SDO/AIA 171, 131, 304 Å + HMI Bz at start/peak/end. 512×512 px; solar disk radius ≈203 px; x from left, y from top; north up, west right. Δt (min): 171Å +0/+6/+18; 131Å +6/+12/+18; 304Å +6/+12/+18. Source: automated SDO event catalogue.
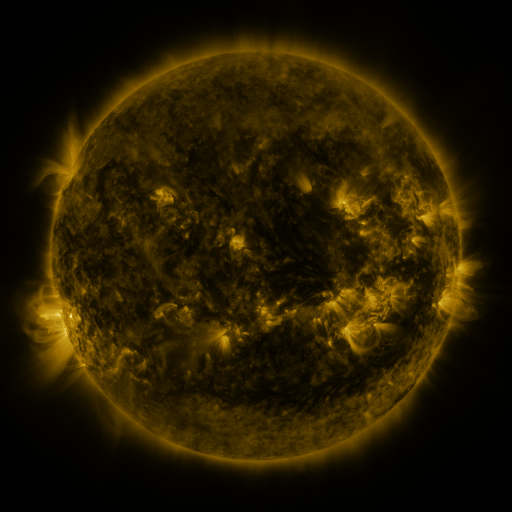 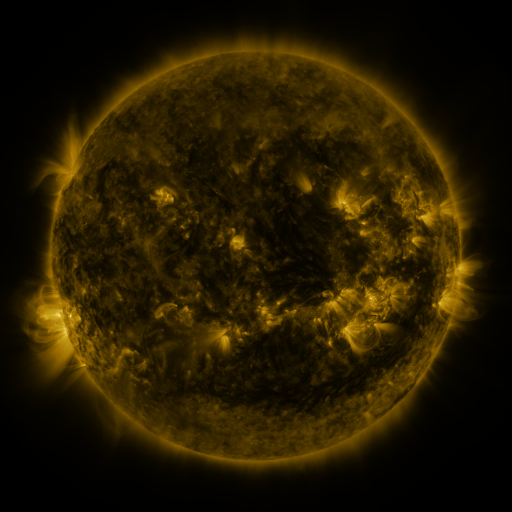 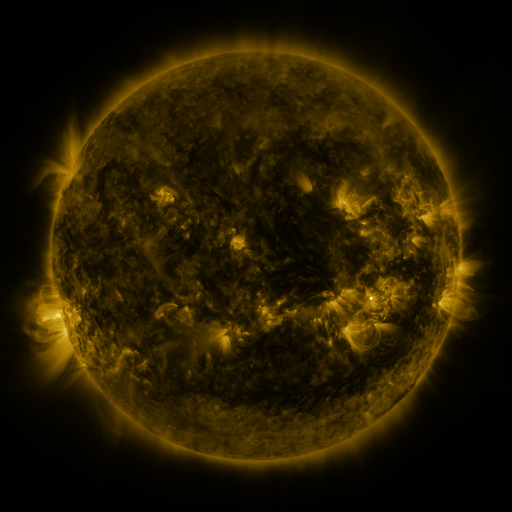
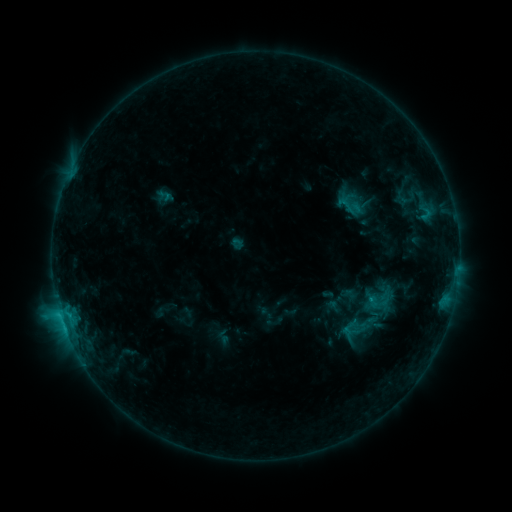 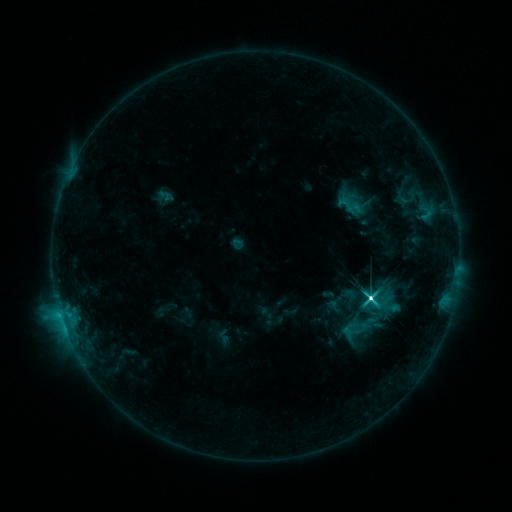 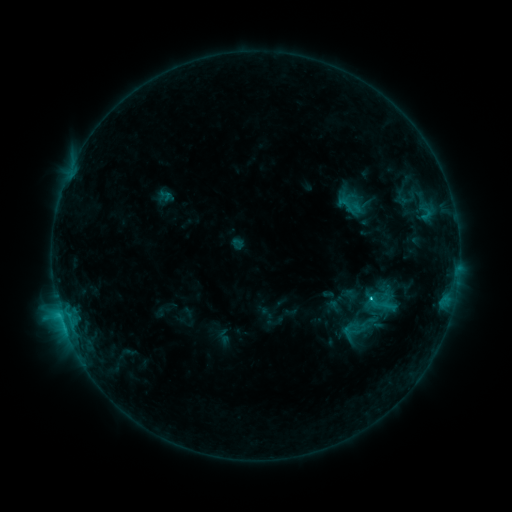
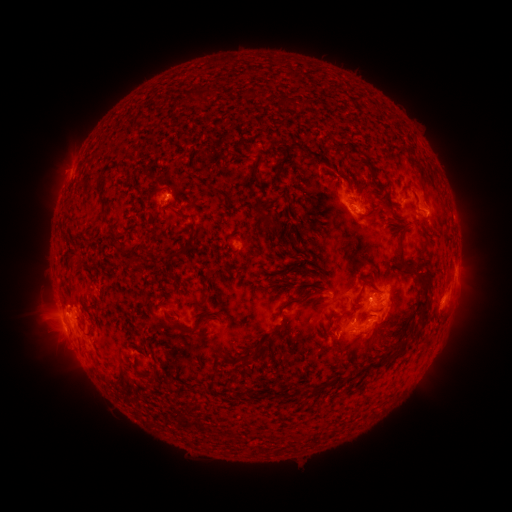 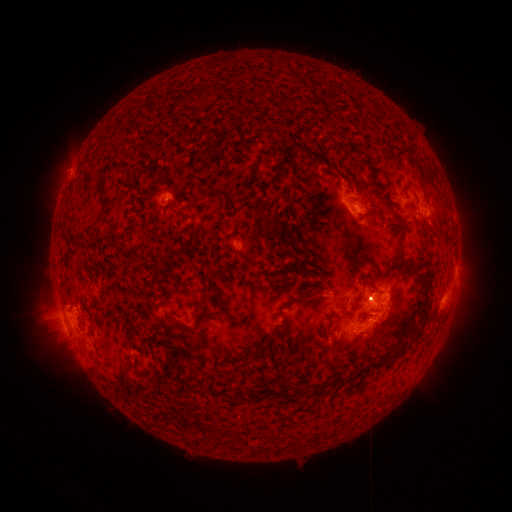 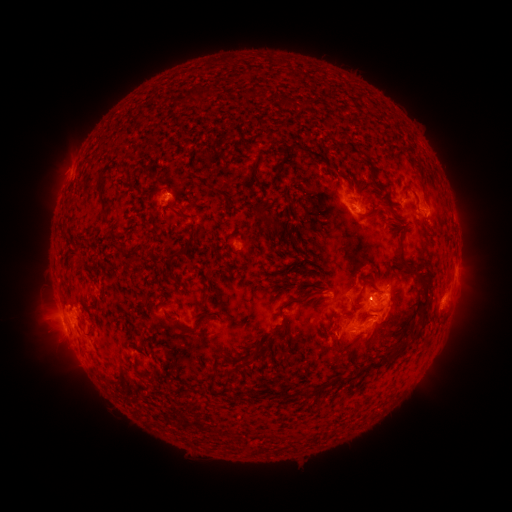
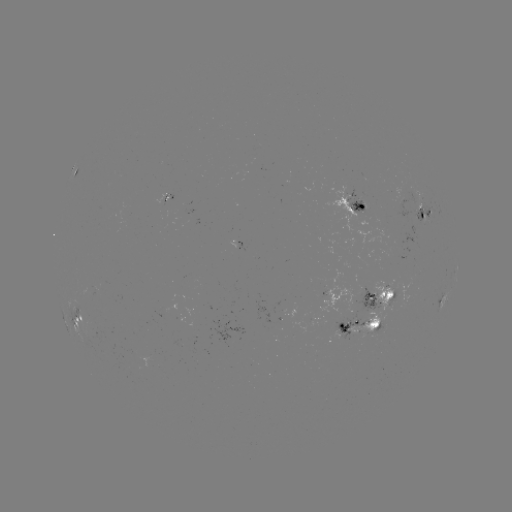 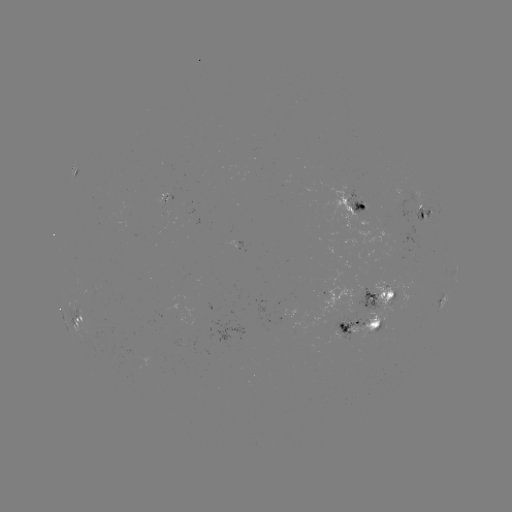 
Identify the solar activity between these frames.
M1.8 flare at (370, 299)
